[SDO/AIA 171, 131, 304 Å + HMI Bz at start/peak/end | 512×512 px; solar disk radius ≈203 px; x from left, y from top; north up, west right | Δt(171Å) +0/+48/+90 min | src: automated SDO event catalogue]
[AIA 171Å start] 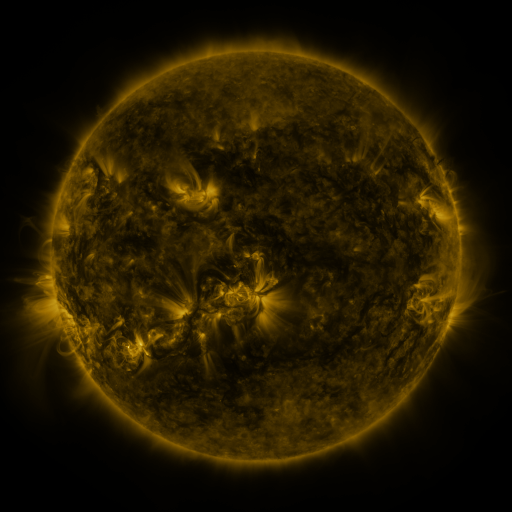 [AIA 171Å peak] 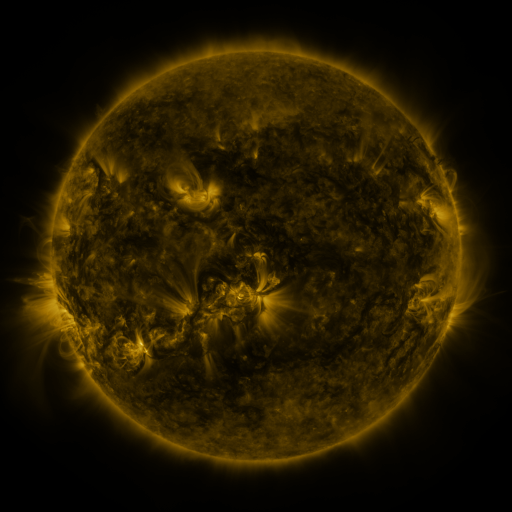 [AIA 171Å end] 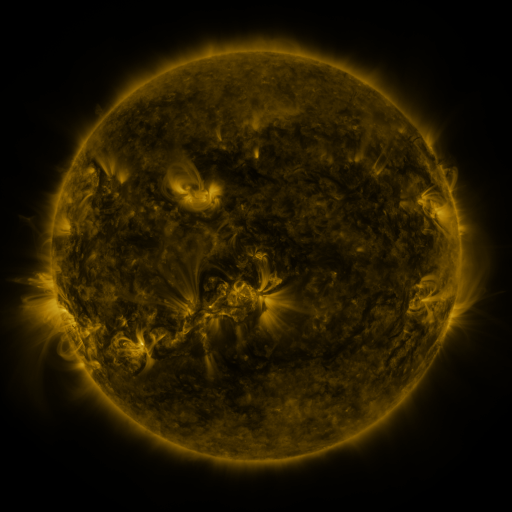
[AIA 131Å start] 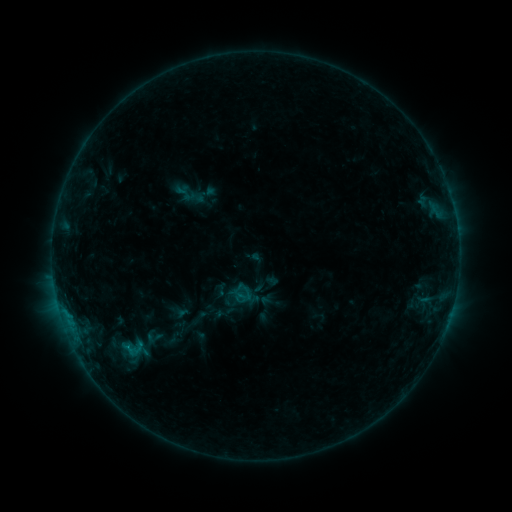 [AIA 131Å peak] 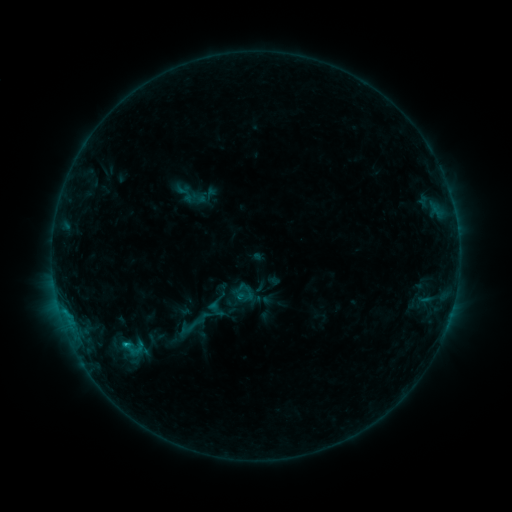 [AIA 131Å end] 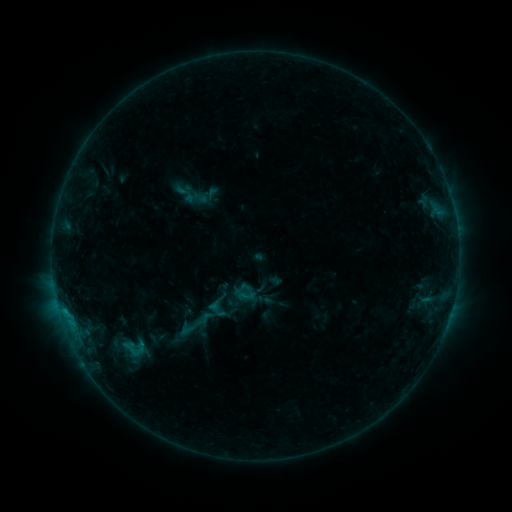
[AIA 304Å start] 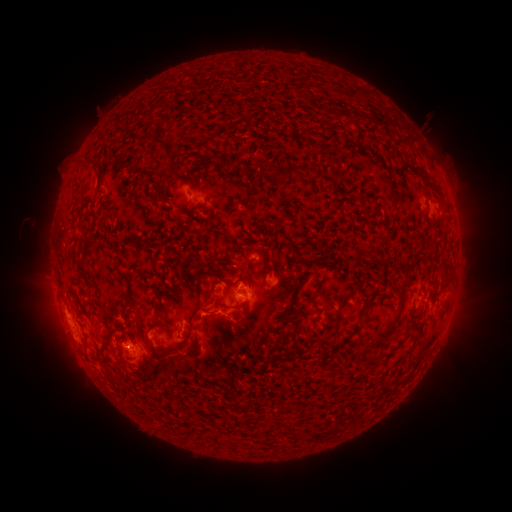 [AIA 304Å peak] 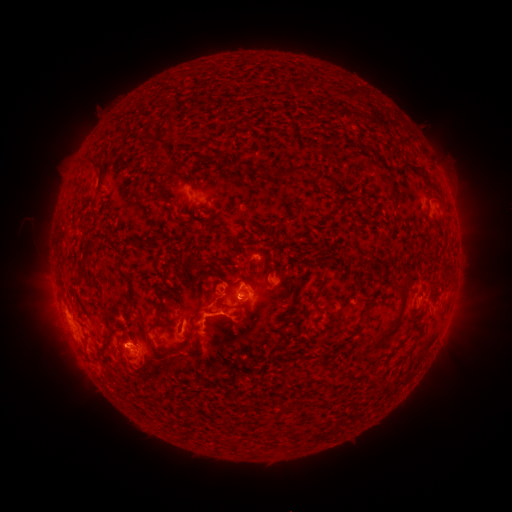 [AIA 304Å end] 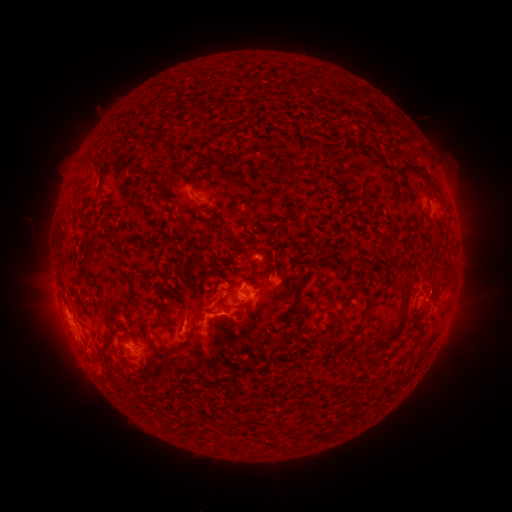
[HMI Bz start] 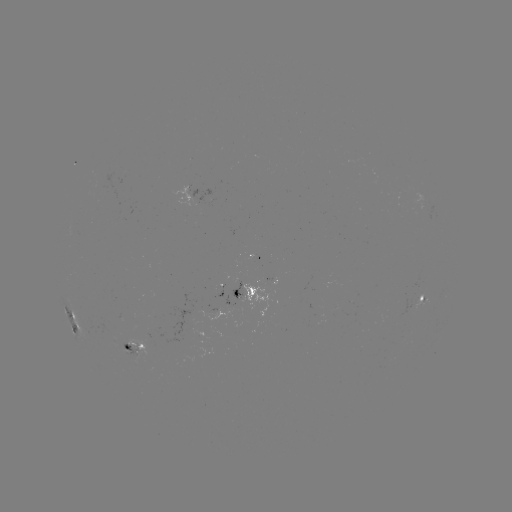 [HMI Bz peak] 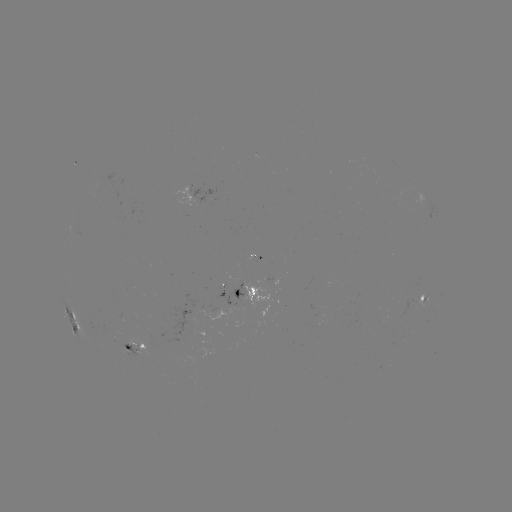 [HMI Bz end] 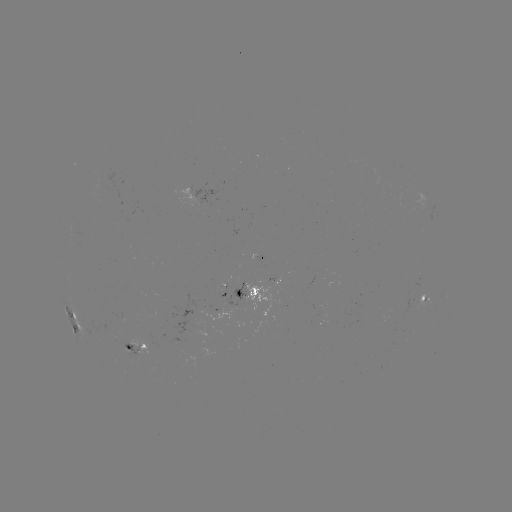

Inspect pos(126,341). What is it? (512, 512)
C1.4 flare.